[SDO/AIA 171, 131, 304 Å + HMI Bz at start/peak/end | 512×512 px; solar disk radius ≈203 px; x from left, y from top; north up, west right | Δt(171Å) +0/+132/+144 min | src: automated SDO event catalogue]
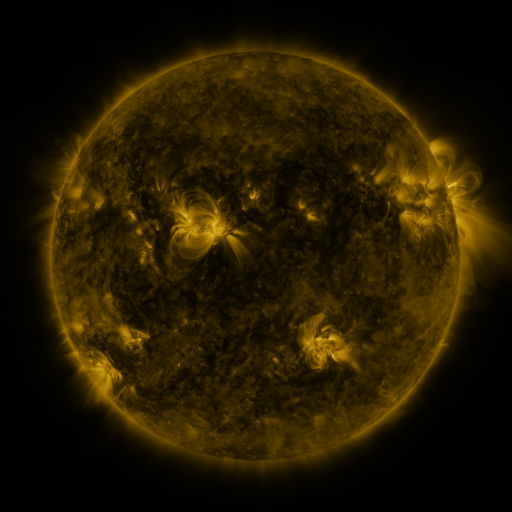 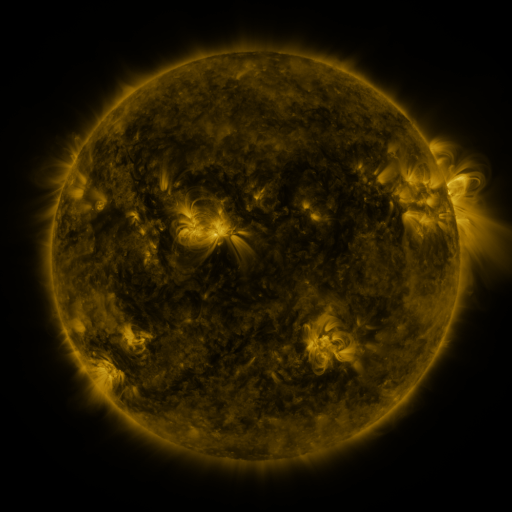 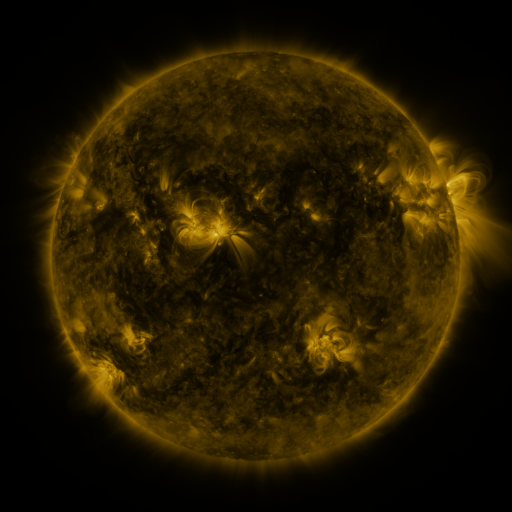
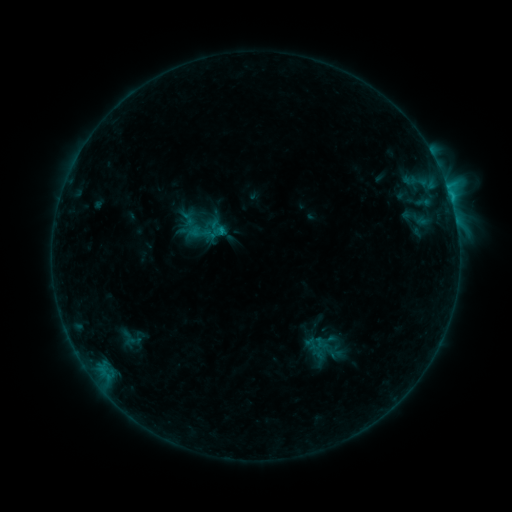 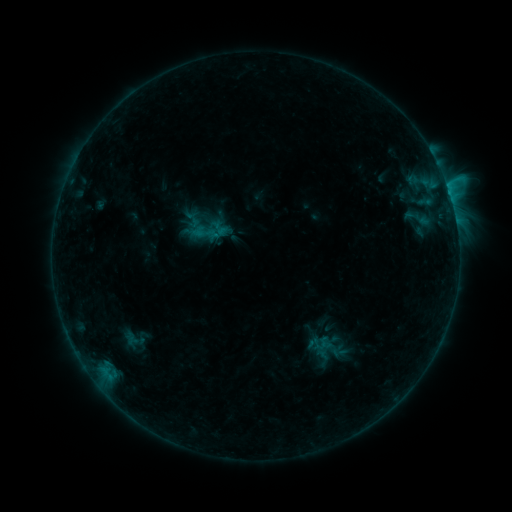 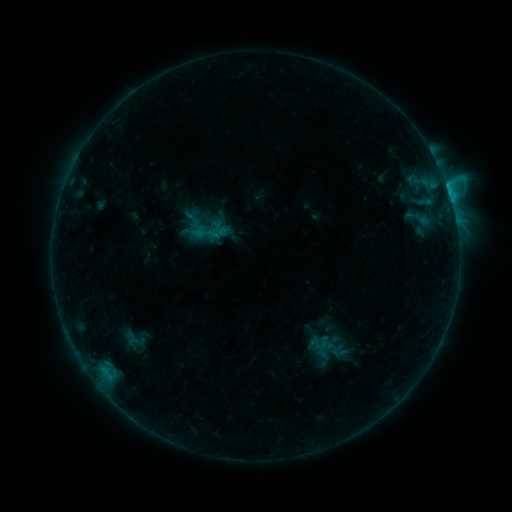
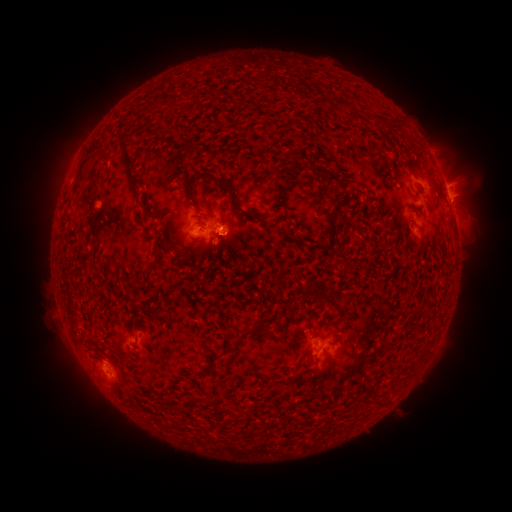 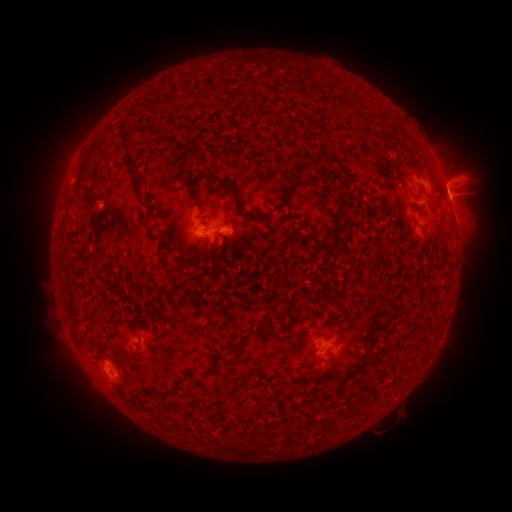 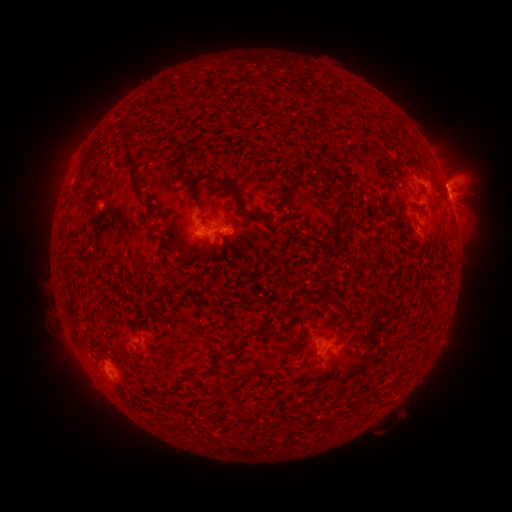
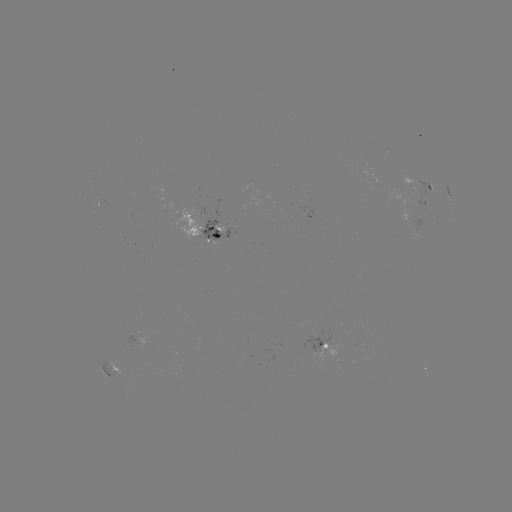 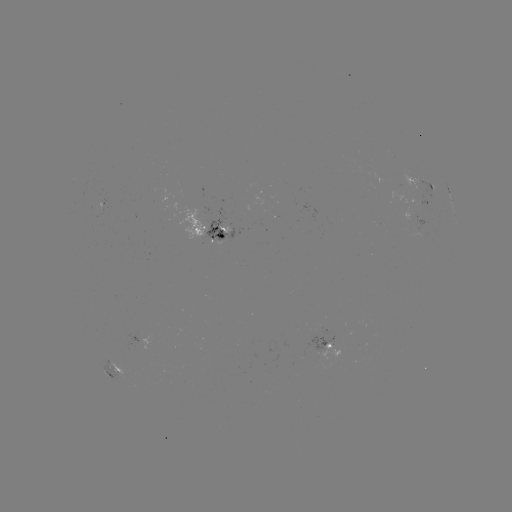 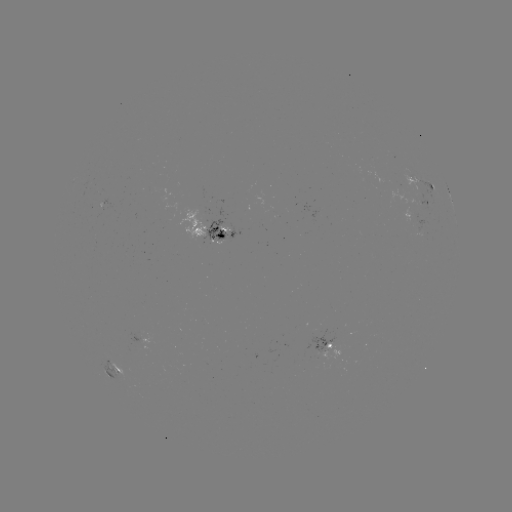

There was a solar emerging-flux region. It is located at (221, 236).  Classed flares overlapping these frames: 3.